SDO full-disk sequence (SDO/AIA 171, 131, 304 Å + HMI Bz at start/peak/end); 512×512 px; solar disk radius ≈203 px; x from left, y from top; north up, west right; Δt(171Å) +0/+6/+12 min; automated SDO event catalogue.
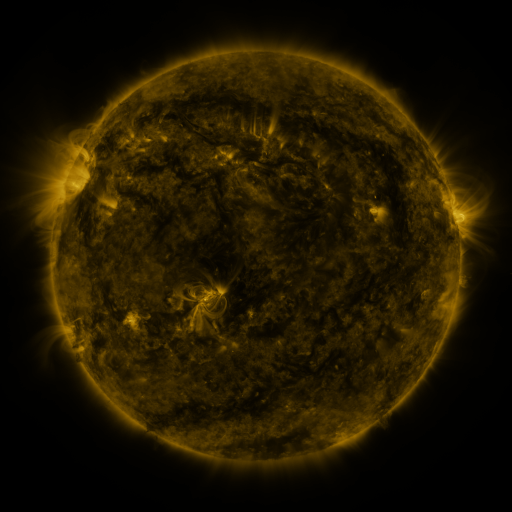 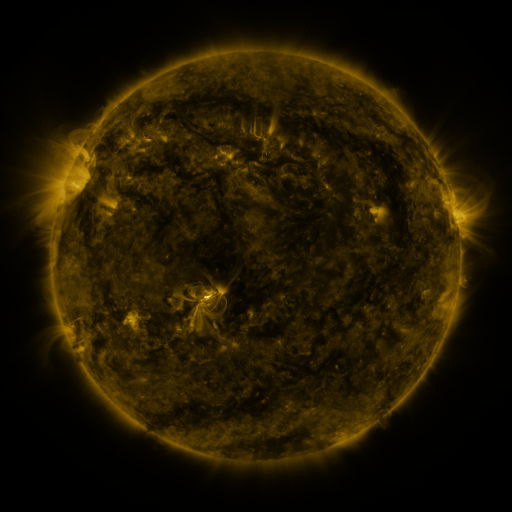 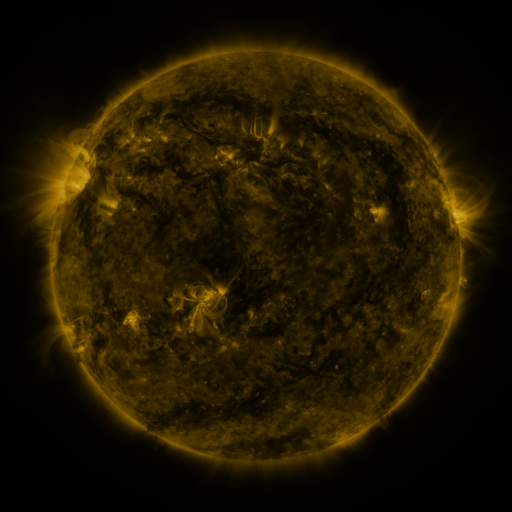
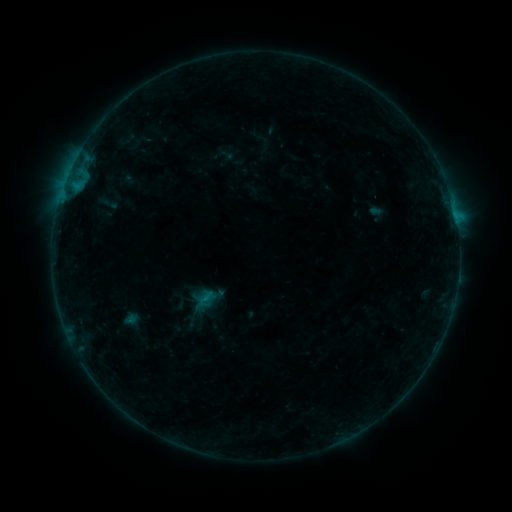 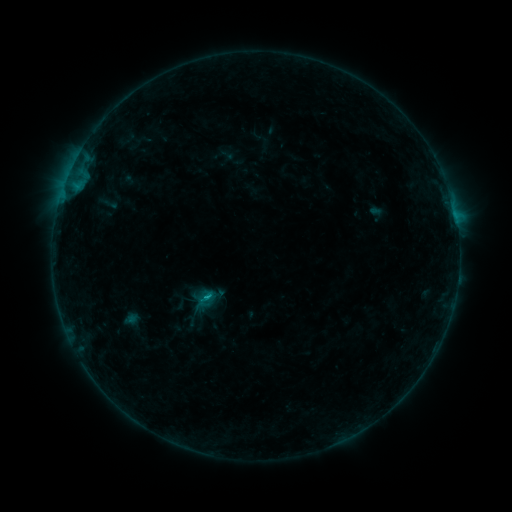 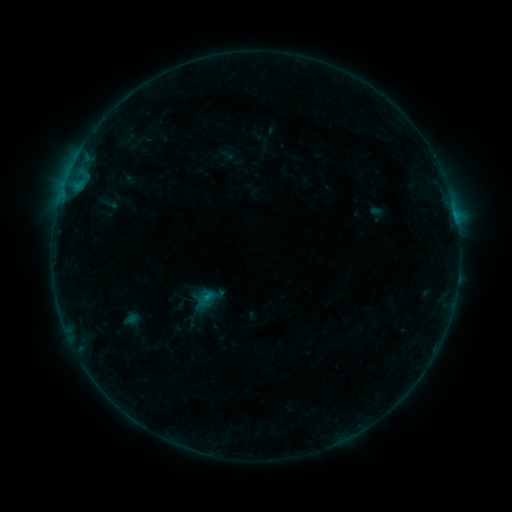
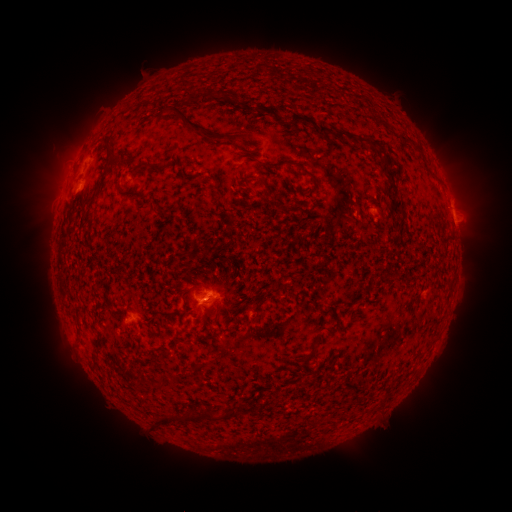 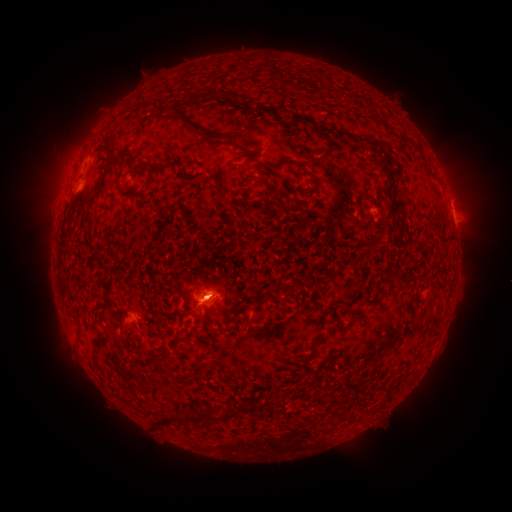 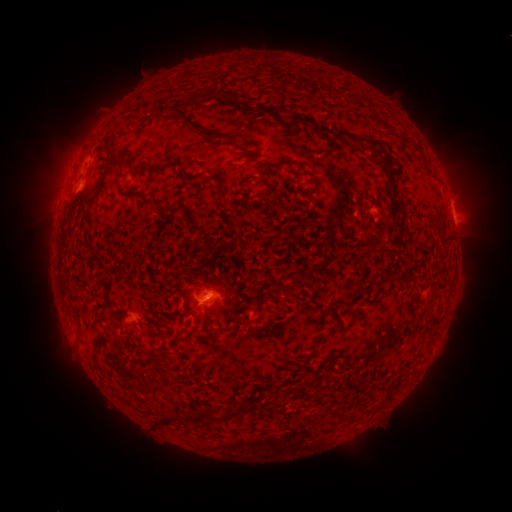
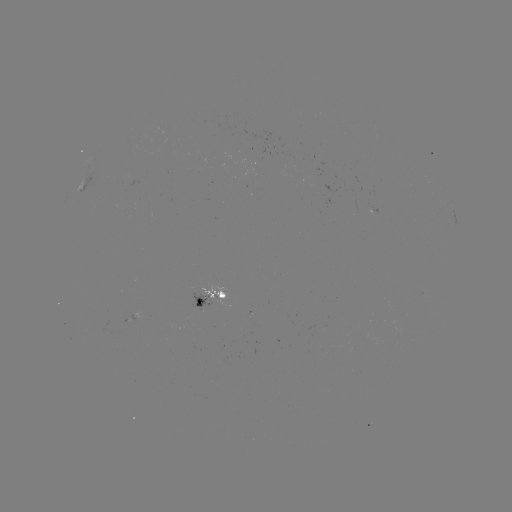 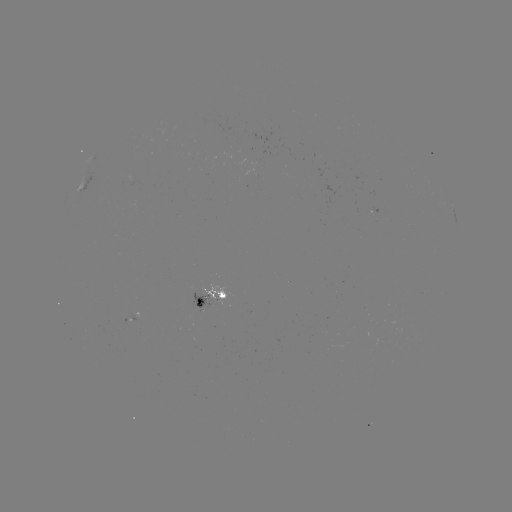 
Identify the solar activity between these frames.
B9.9 flare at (208, 293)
